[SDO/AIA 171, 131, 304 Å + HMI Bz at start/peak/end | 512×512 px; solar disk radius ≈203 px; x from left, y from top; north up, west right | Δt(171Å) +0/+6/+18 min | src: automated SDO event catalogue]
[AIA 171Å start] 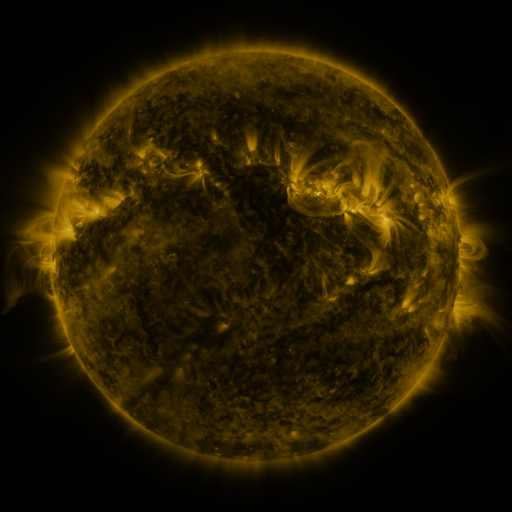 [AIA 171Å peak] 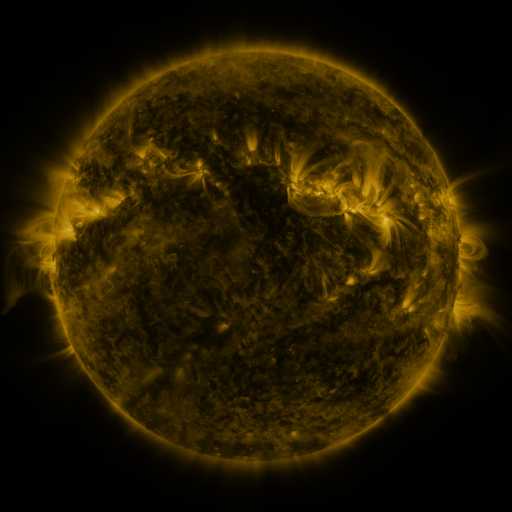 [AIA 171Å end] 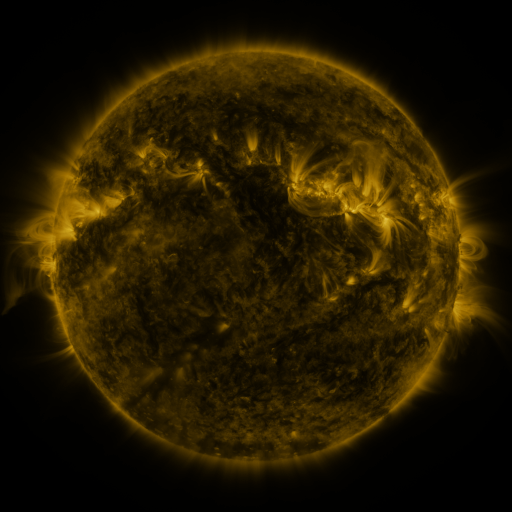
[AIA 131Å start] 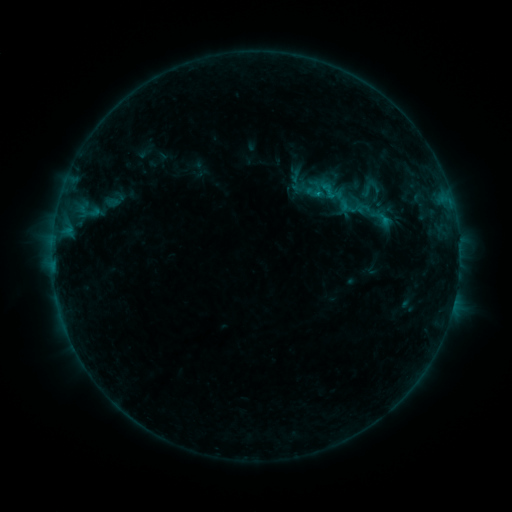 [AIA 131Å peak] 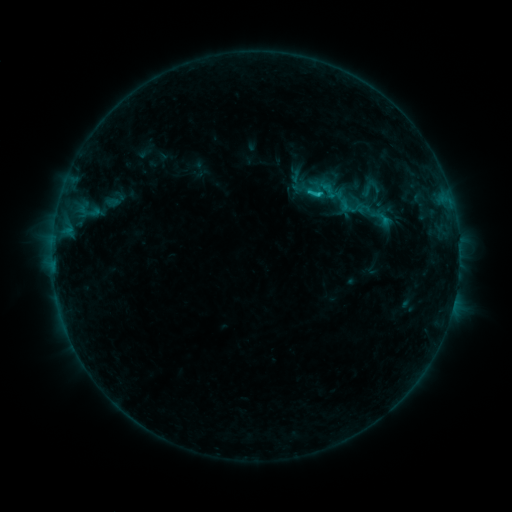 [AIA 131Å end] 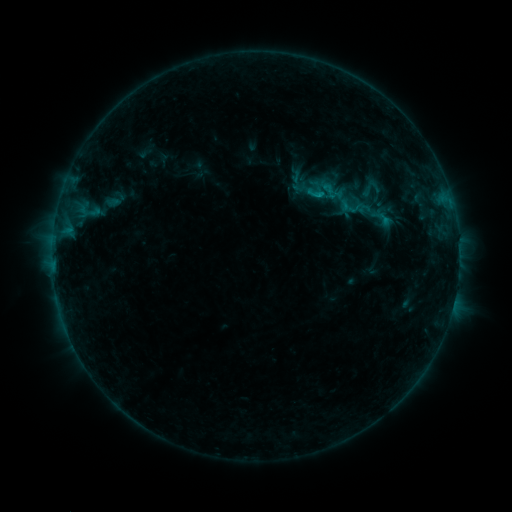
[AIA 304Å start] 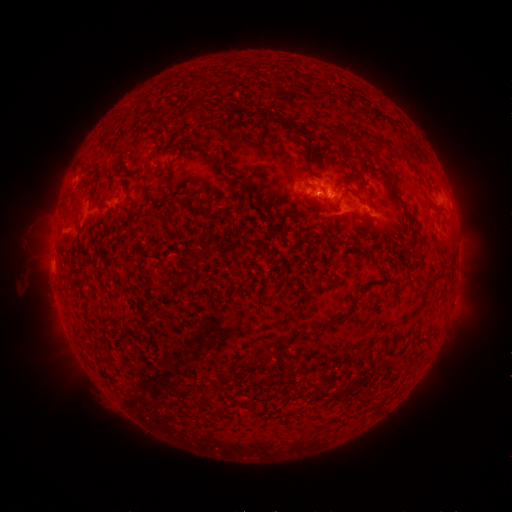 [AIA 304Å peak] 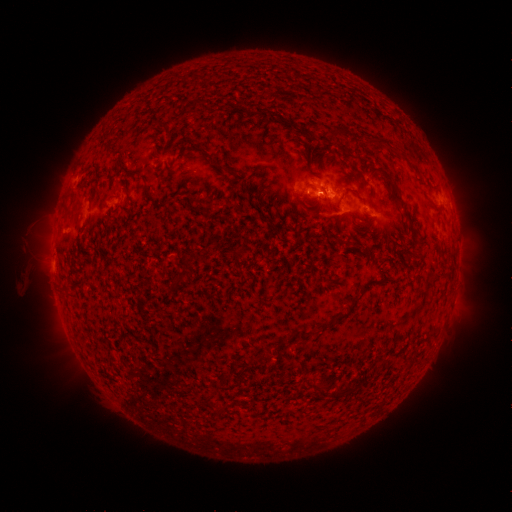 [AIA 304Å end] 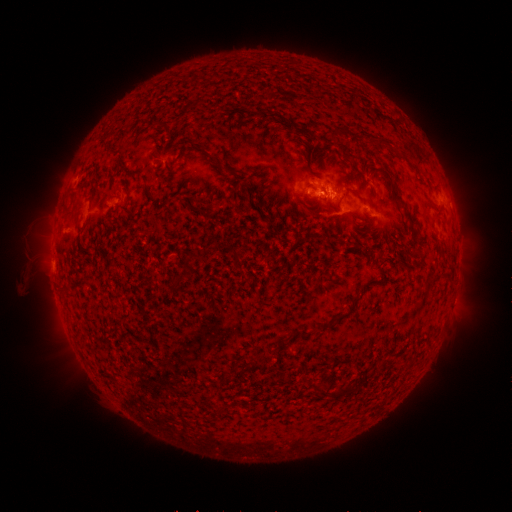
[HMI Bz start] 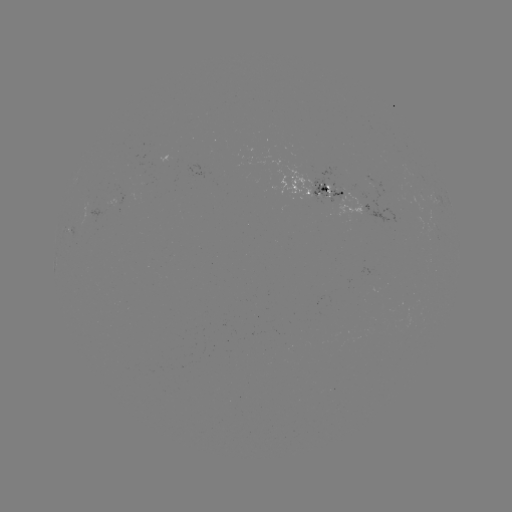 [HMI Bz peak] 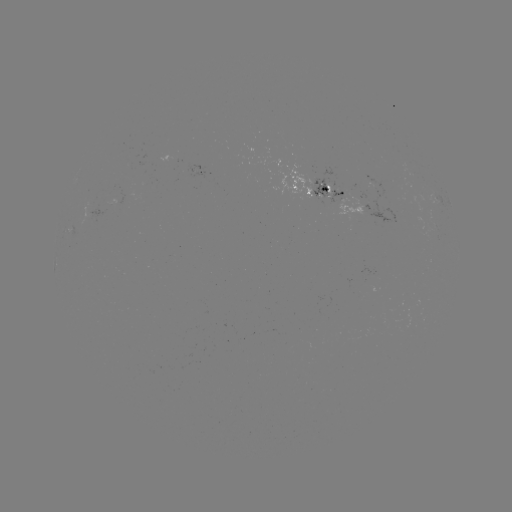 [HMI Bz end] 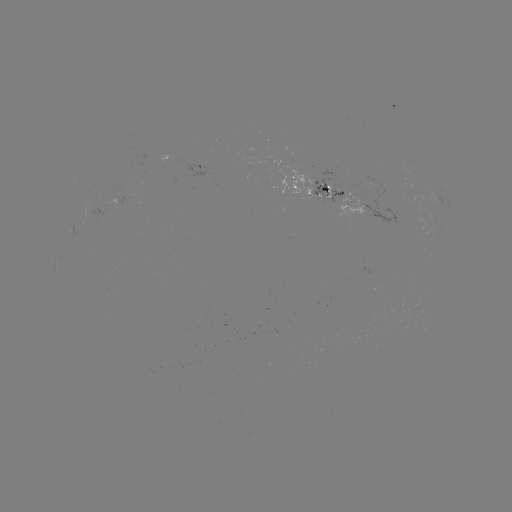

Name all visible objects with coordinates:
B7.7 flare: (317, 195)
